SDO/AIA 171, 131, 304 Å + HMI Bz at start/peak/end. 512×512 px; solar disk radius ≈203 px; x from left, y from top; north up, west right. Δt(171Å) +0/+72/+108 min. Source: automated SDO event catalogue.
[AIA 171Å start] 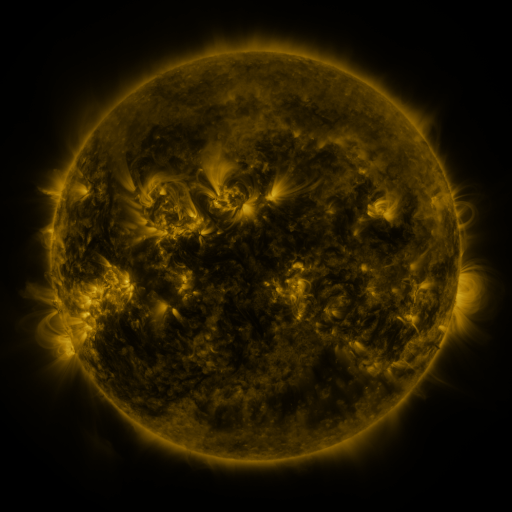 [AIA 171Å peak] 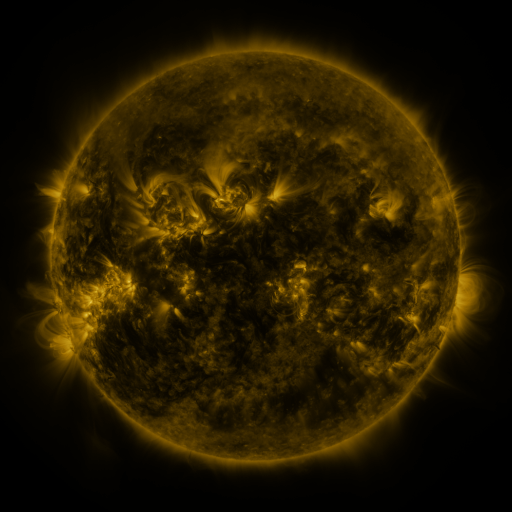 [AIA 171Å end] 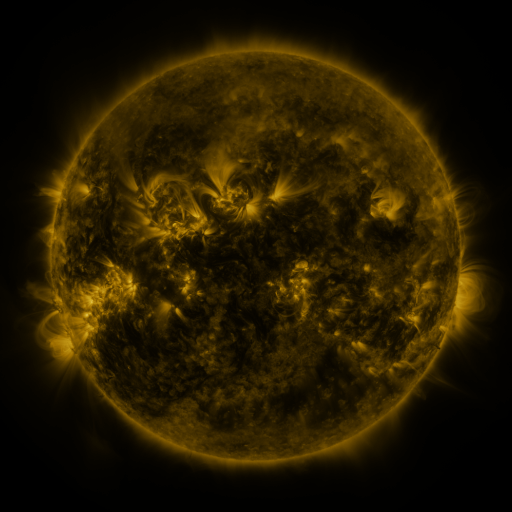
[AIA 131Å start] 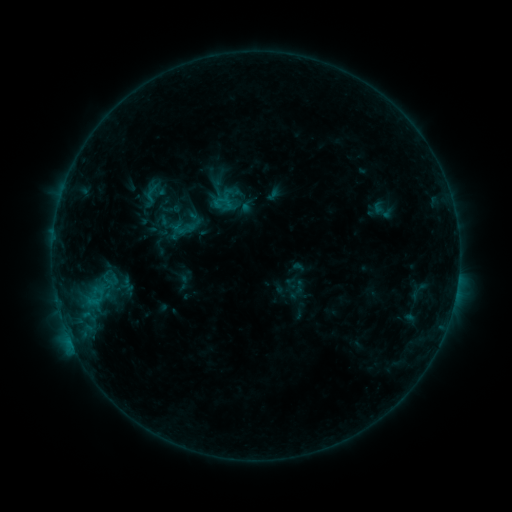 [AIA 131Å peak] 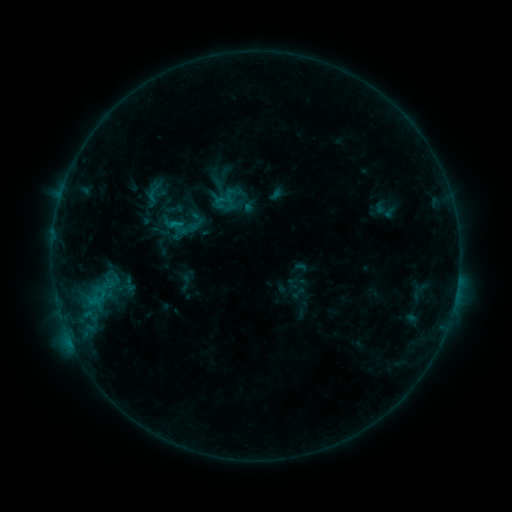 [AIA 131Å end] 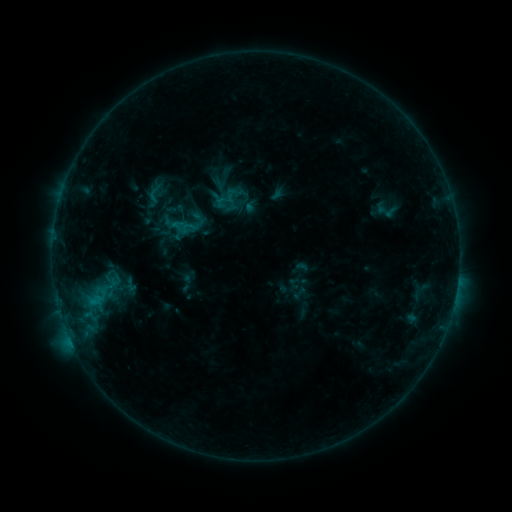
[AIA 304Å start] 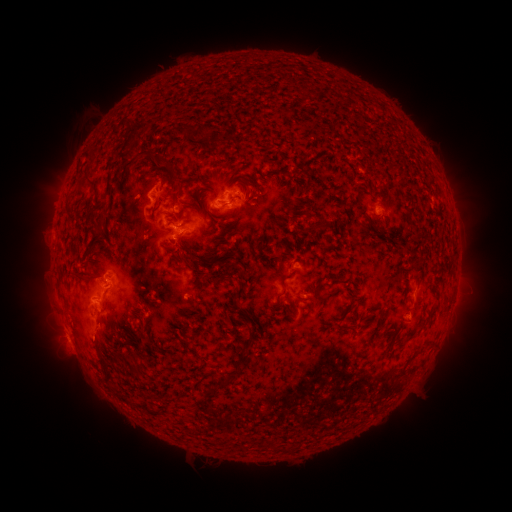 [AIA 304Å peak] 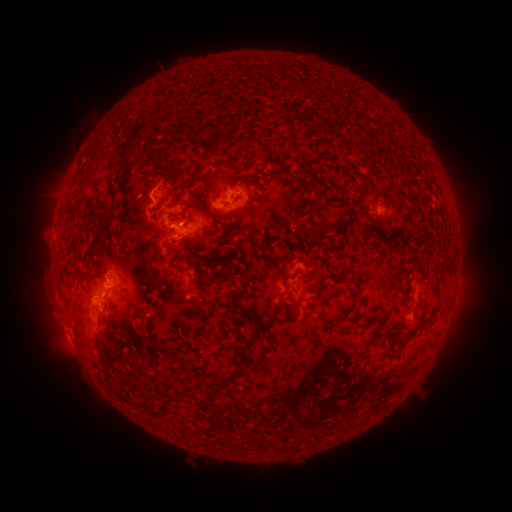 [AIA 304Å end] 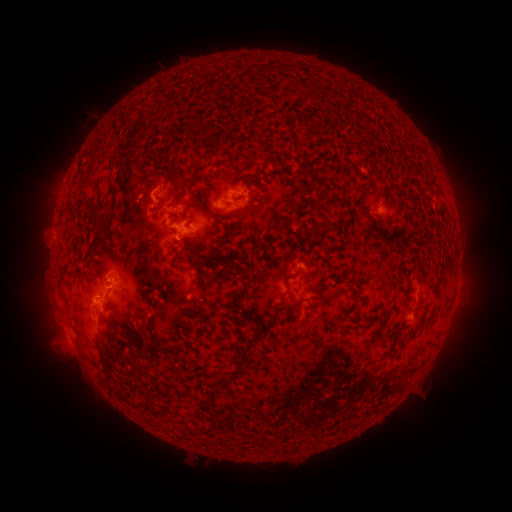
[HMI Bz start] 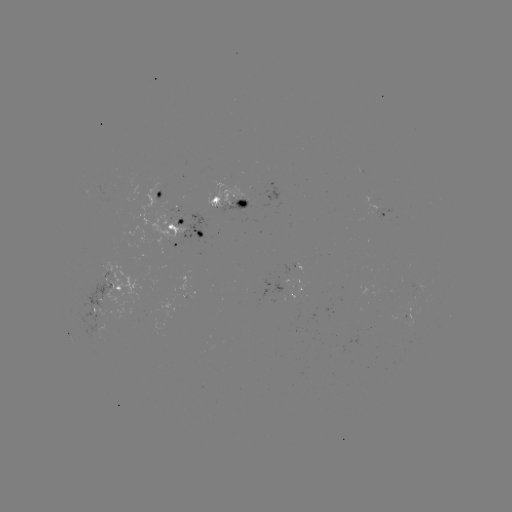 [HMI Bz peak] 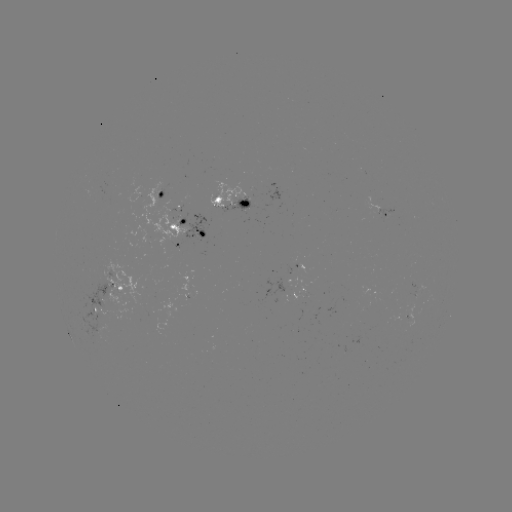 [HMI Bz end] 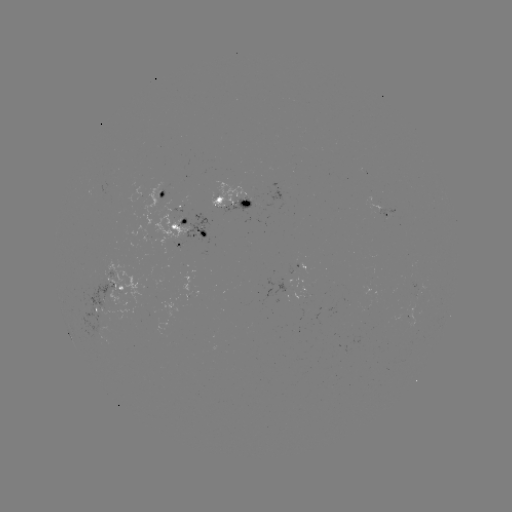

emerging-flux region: [285, 264, 293, 274]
